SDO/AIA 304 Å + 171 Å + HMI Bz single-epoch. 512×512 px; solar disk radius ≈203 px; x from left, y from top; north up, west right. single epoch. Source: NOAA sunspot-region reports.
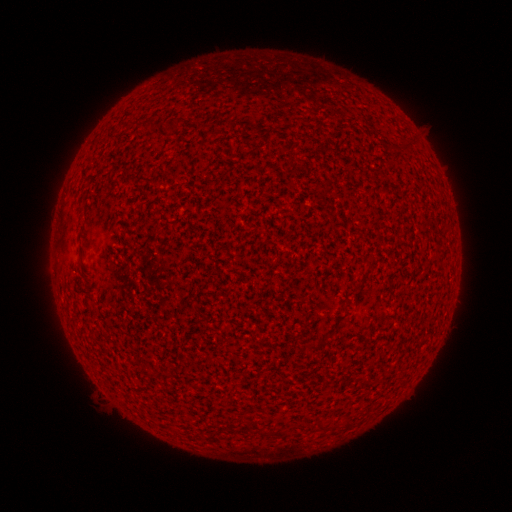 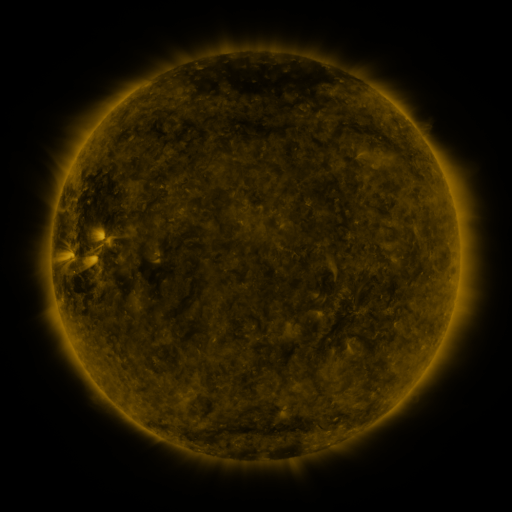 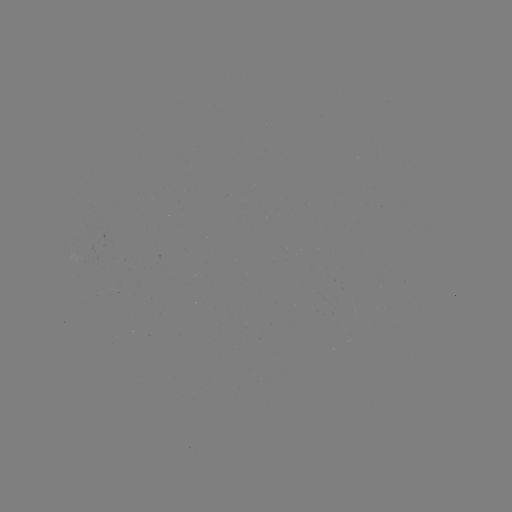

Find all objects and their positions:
(none)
